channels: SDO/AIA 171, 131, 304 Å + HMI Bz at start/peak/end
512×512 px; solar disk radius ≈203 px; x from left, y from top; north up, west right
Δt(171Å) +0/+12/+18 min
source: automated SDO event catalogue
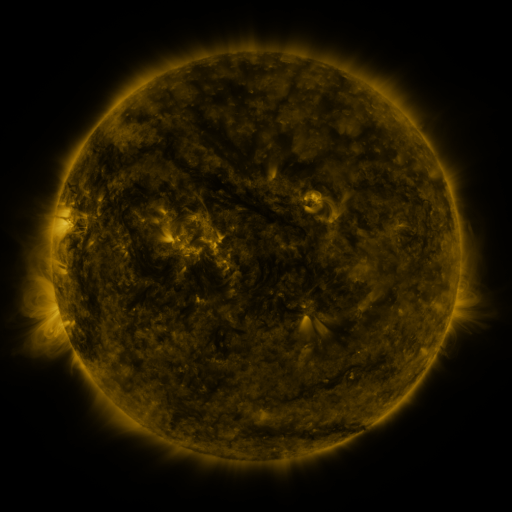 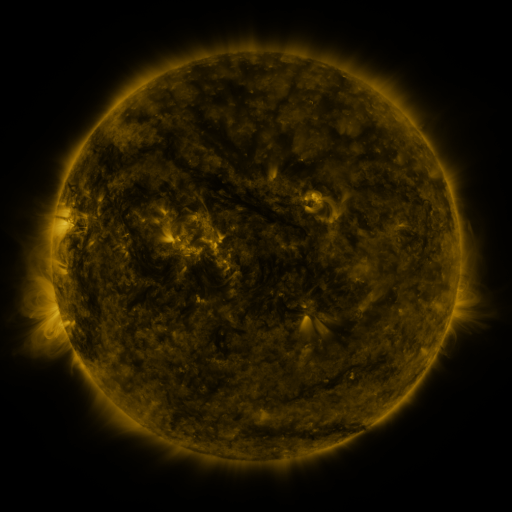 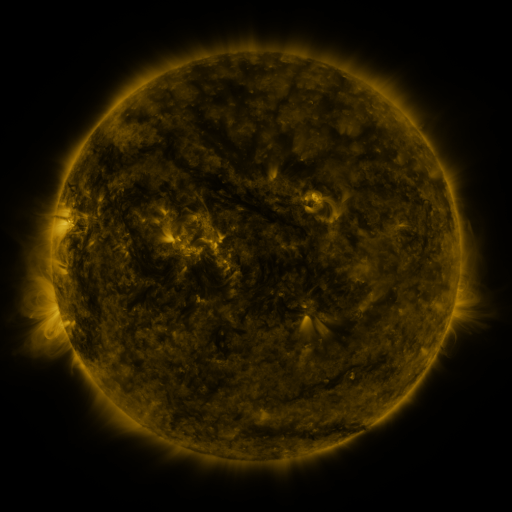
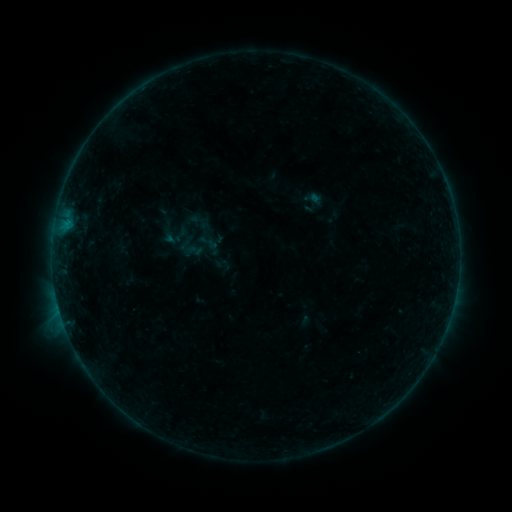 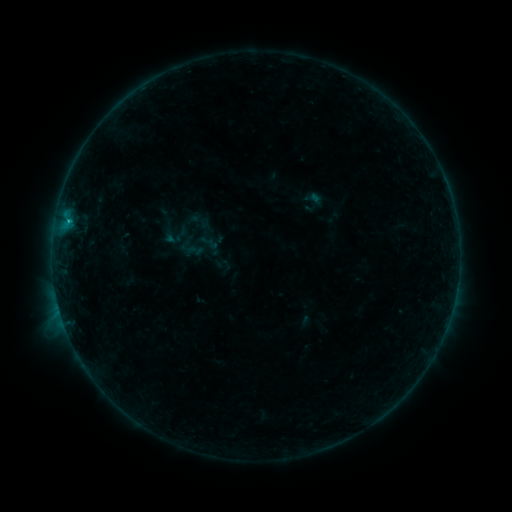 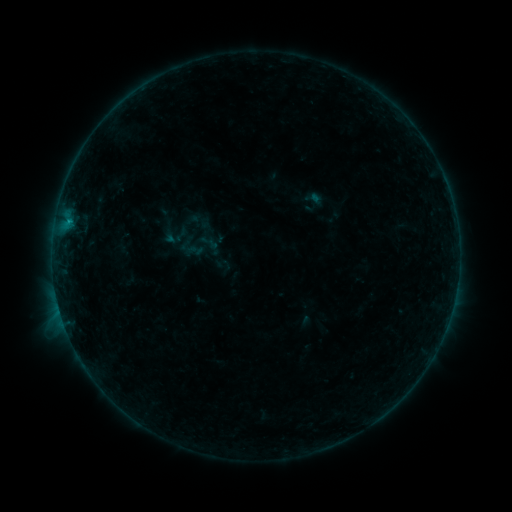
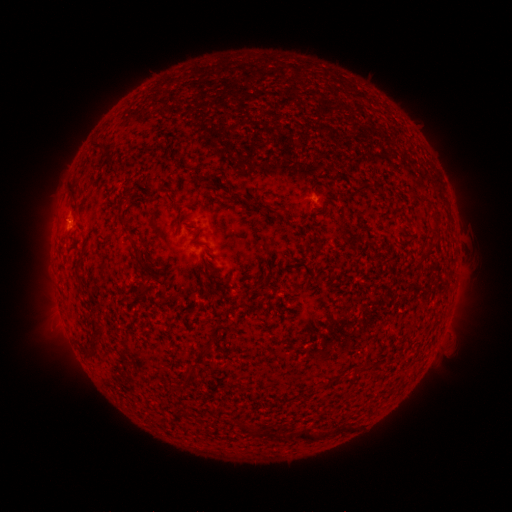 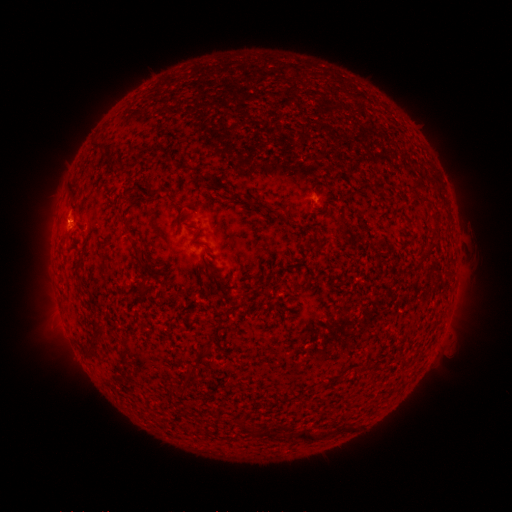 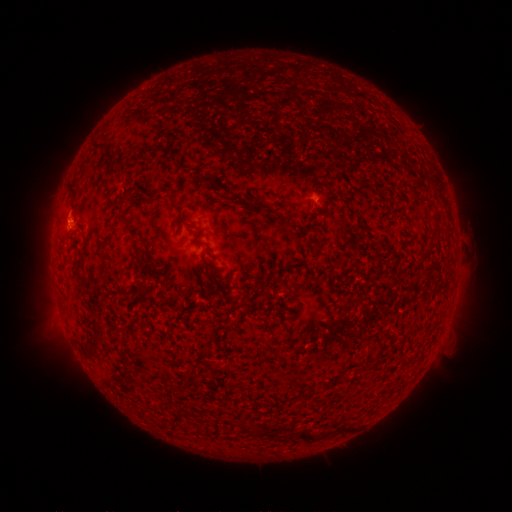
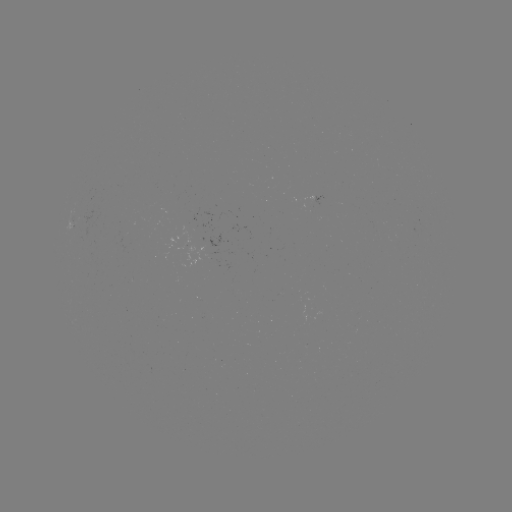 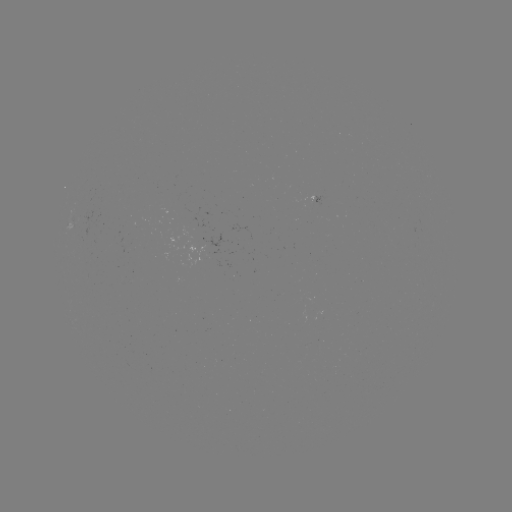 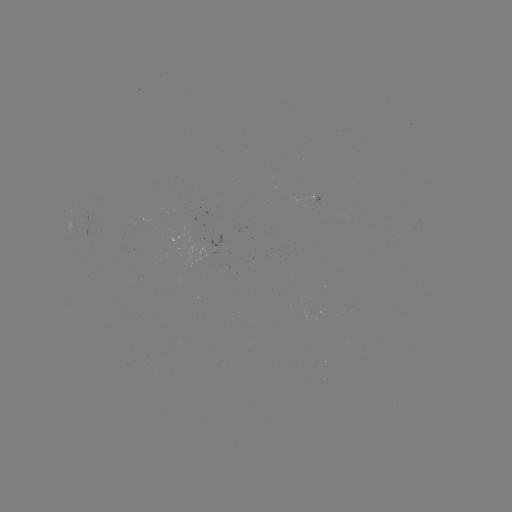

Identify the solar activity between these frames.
B4.8 flare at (70, 222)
